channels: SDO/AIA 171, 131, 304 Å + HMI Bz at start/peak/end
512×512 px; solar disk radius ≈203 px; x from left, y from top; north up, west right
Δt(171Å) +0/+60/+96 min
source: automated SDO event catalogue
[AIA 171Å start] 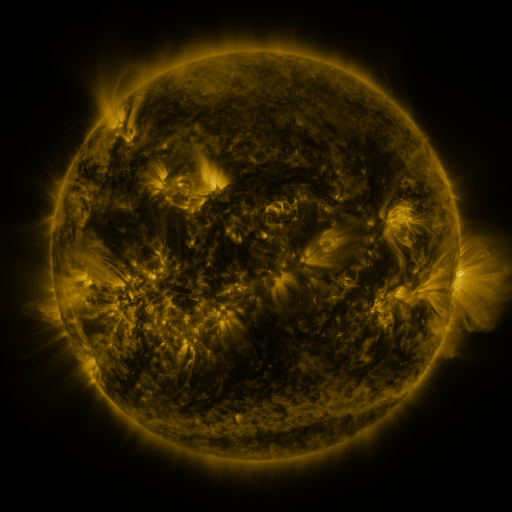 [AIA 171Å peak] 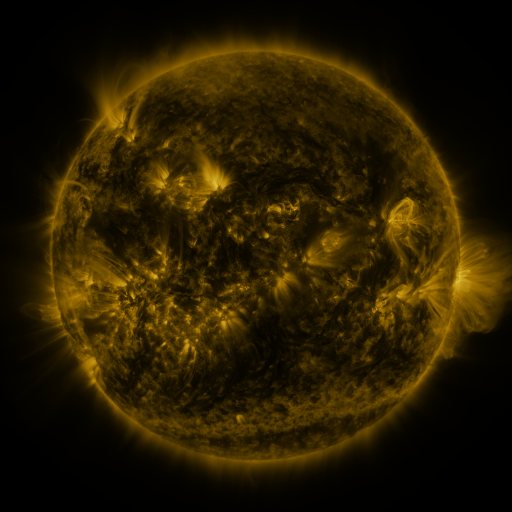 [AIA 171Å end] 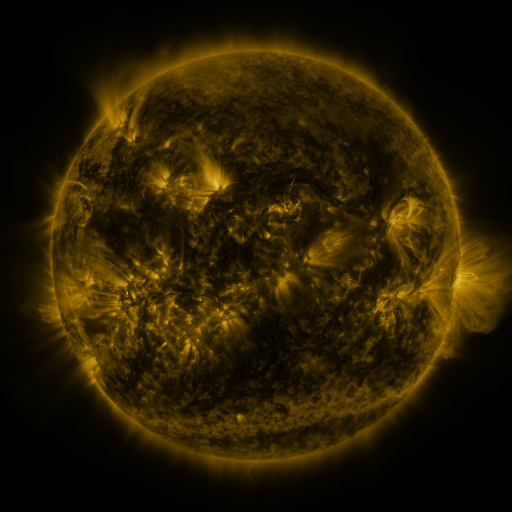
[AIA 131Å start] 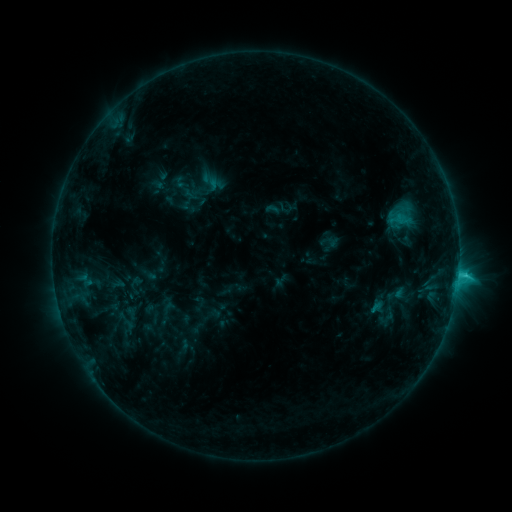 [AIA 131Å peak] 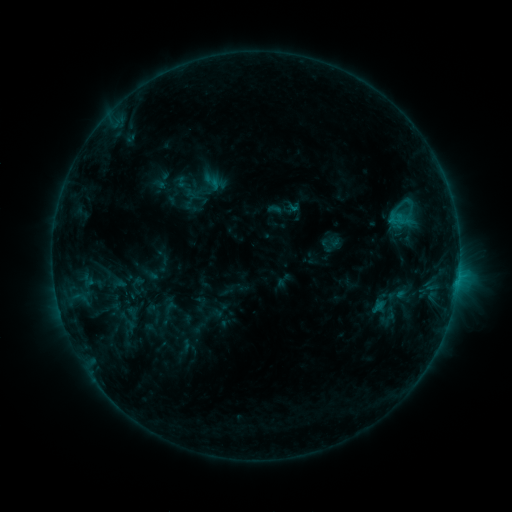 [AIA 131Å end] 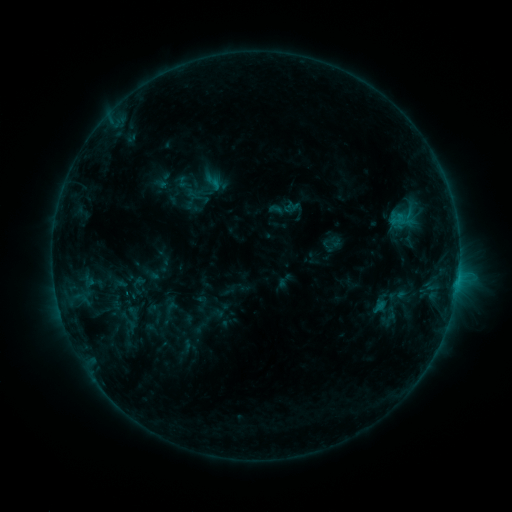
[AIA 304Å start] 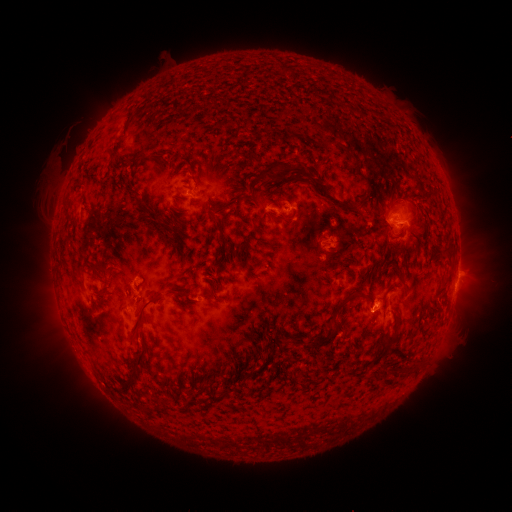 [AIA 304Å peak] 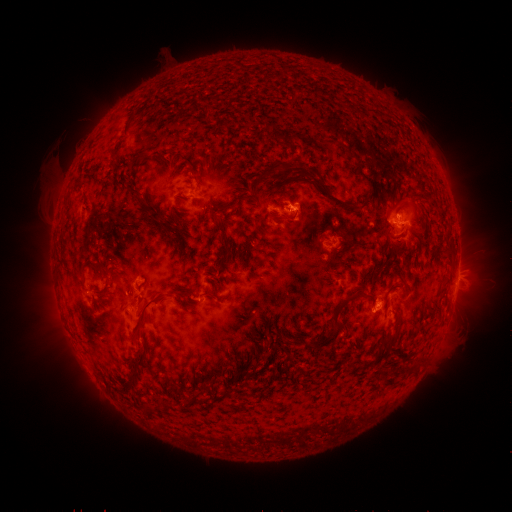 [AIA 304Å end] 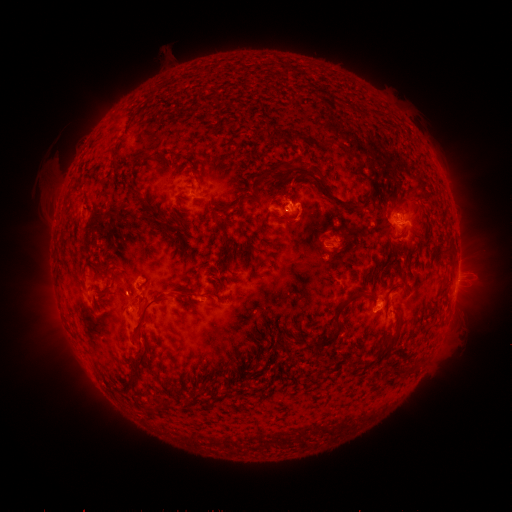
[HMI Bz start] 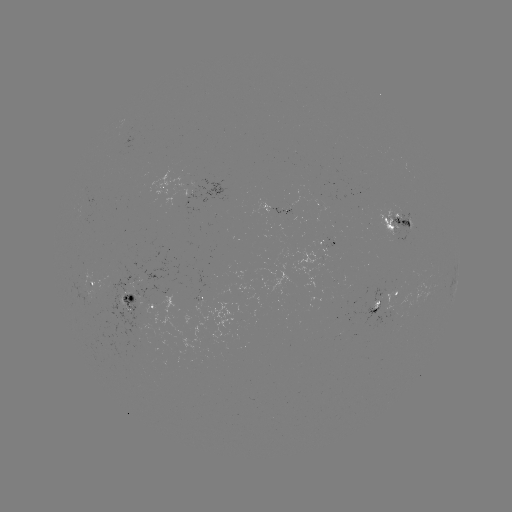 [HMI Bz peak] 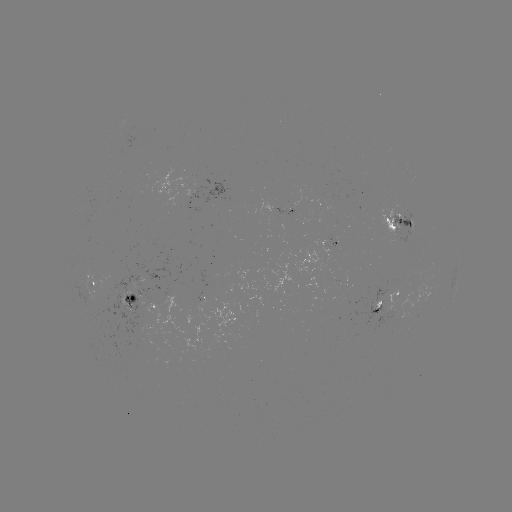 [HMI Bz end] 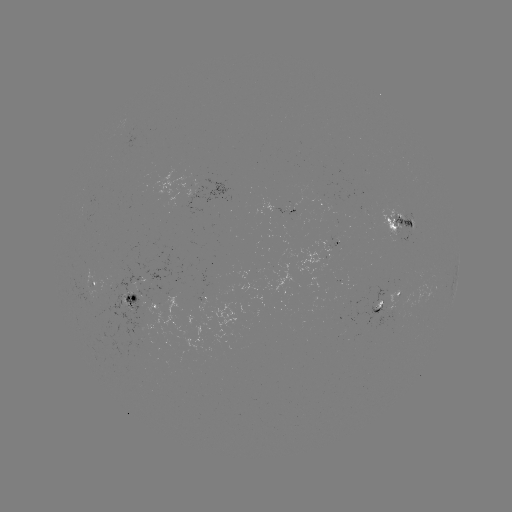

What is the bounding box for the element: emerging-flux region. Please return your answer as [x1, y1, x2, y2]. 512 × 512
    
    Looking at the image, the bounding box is [378, 208, 409, 245].